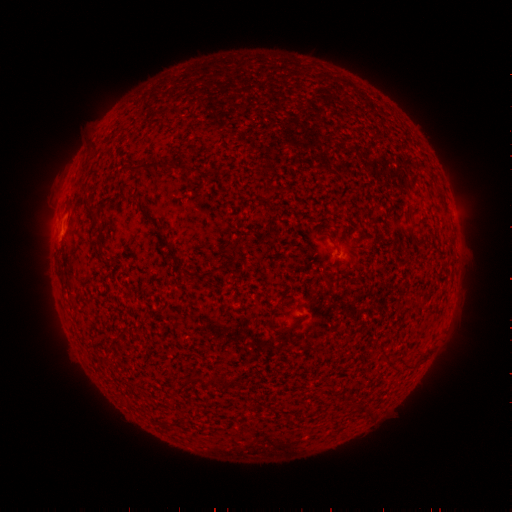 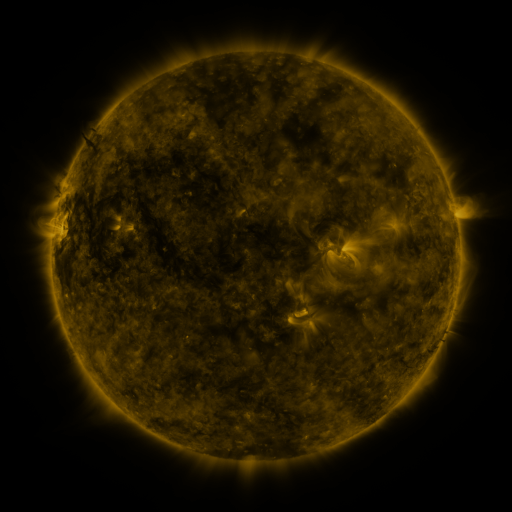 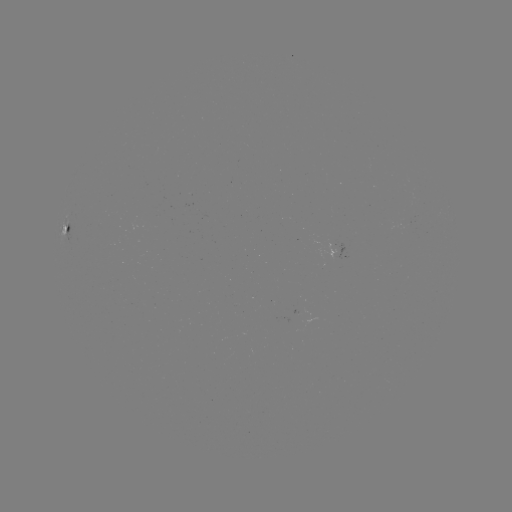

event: spotted active region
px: (68, 233)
